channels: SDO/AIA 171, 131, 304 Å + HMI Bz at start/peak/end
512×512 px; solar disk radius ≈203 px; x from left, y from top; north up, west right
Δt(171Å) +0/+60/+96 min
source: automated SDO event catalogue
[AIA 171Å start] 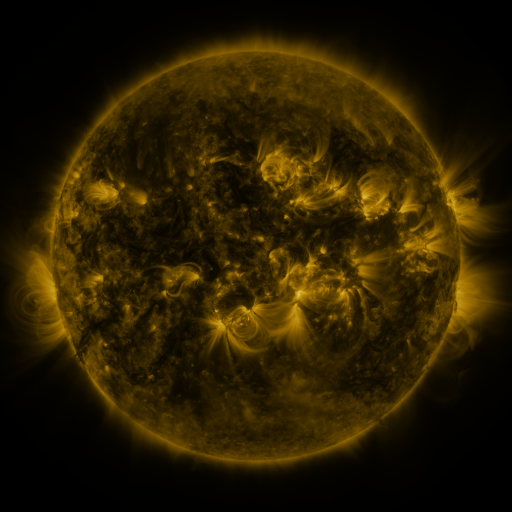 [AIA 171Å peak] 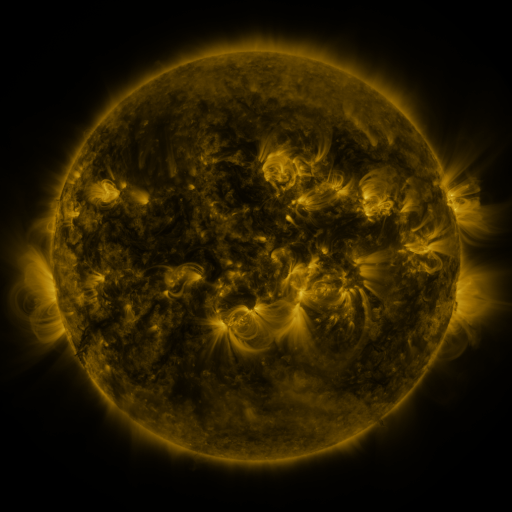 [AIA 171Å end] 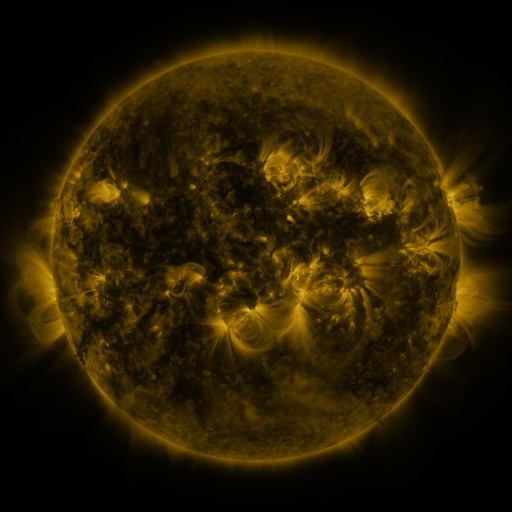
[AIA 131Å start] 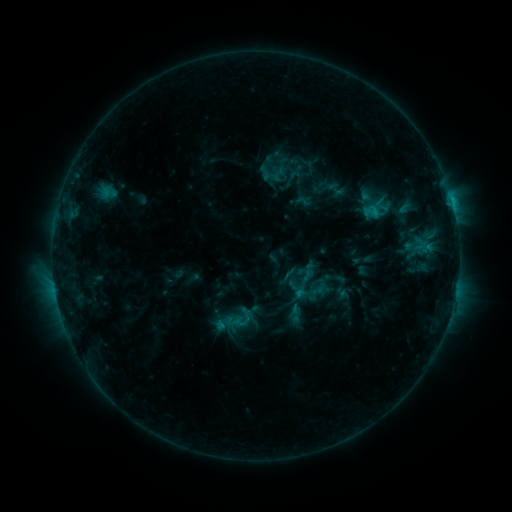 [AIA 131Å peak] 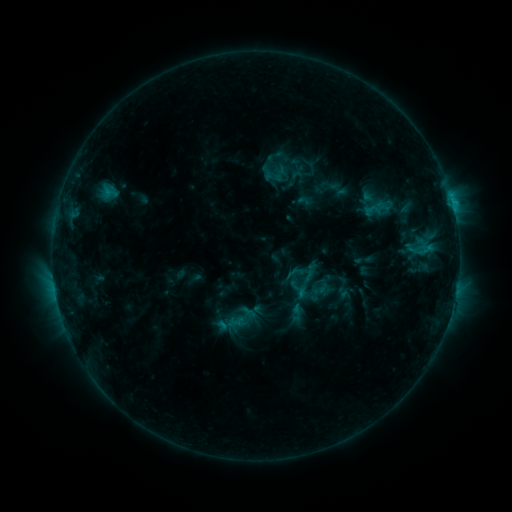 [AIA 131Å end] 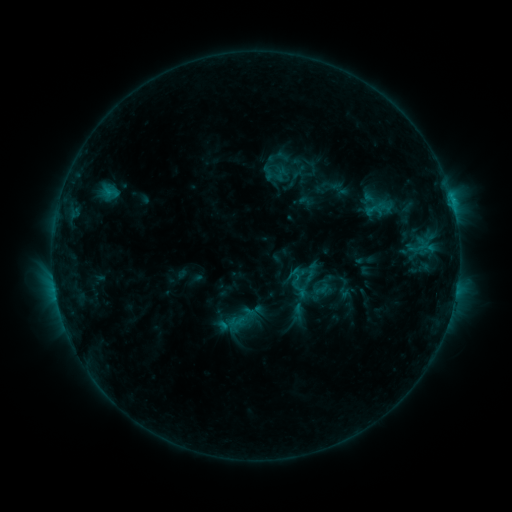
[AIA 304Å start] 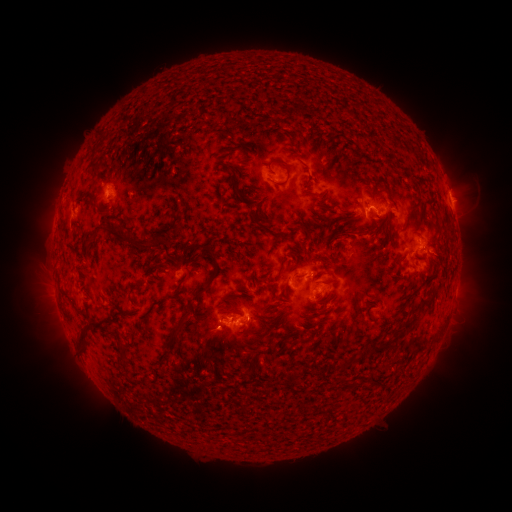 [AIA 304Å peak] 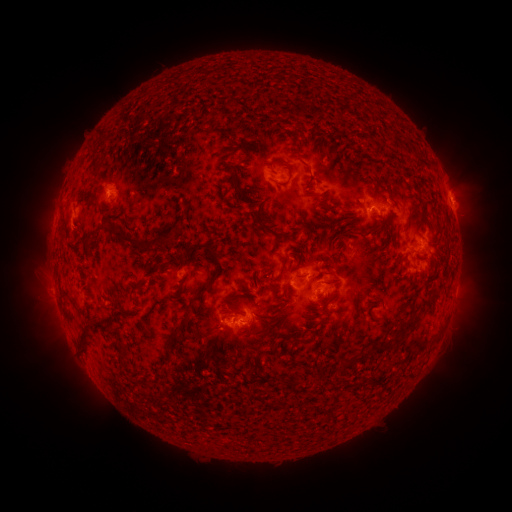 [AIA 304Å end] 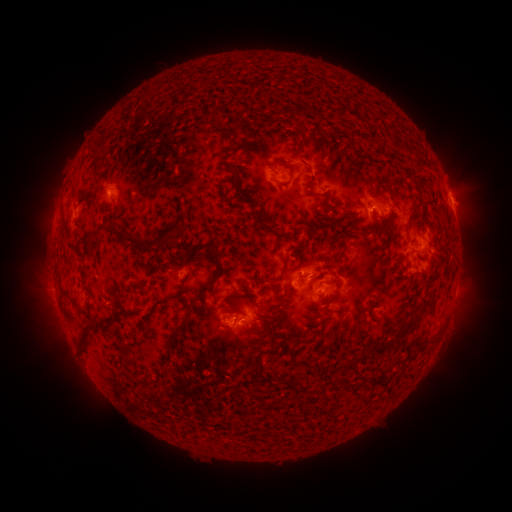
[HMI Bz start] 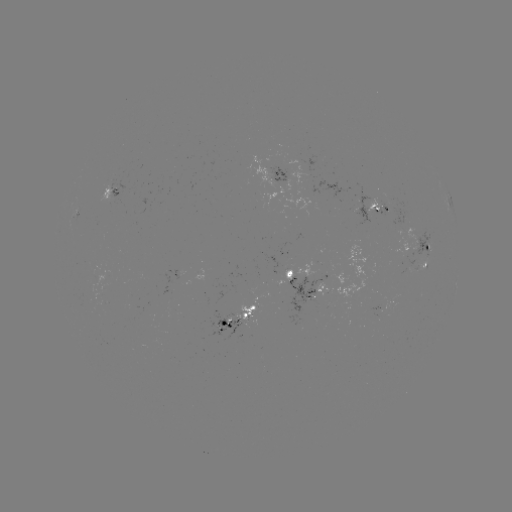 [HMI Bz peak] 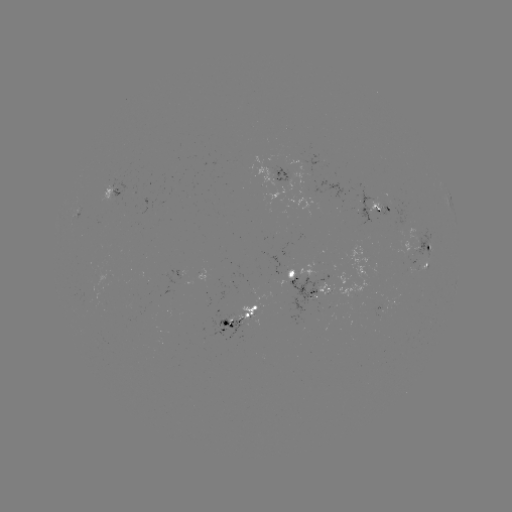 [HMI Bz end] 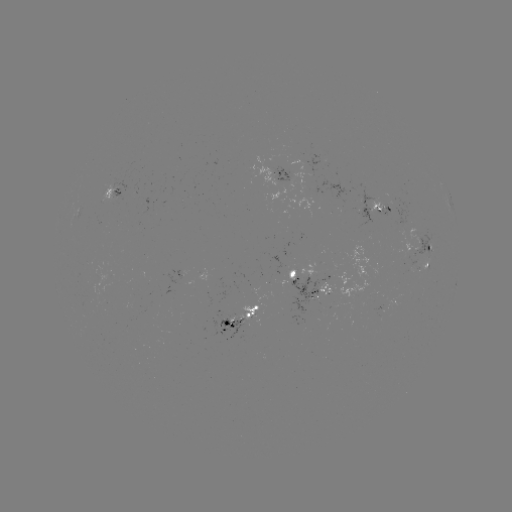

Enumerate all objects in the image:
emerging-flux region: (222, 316)
